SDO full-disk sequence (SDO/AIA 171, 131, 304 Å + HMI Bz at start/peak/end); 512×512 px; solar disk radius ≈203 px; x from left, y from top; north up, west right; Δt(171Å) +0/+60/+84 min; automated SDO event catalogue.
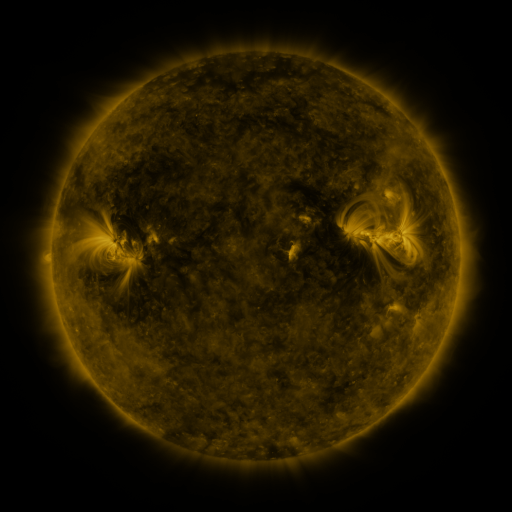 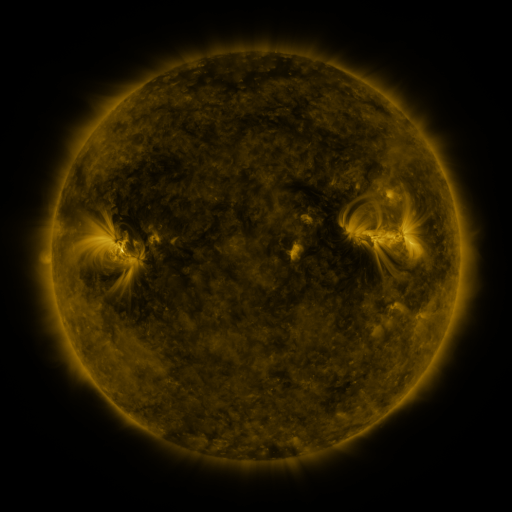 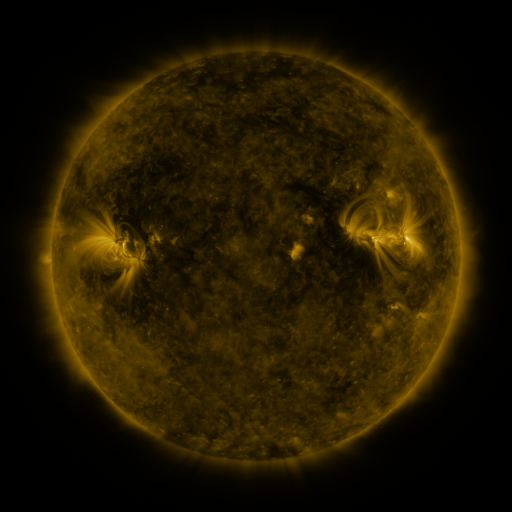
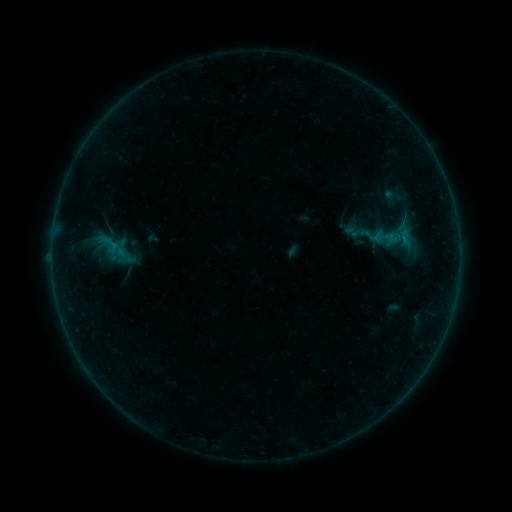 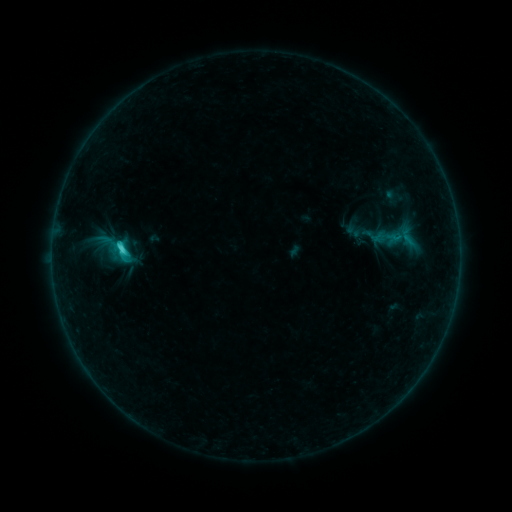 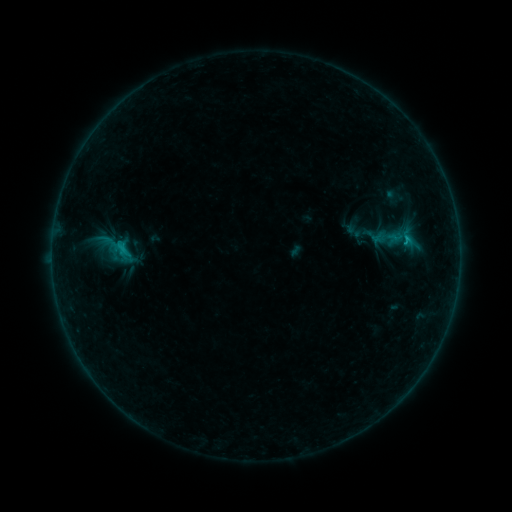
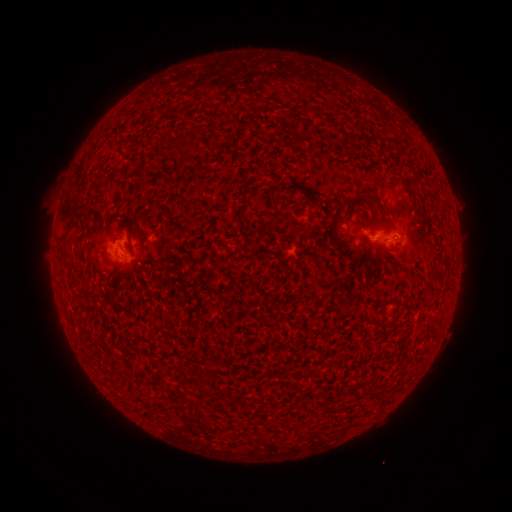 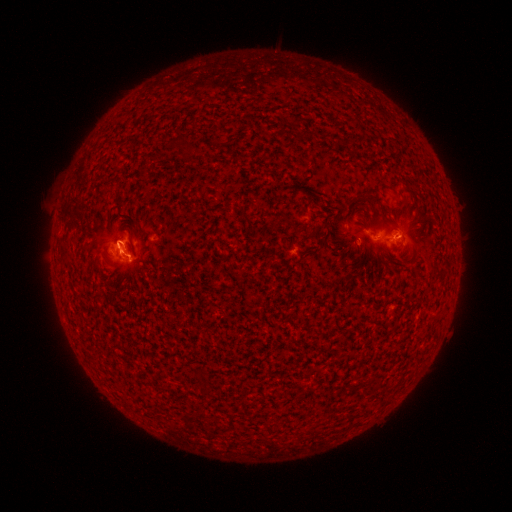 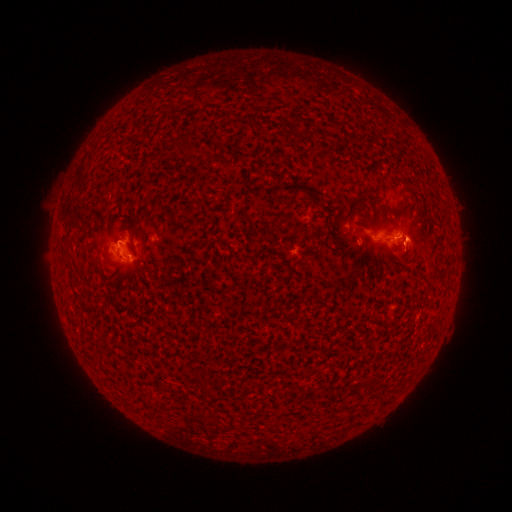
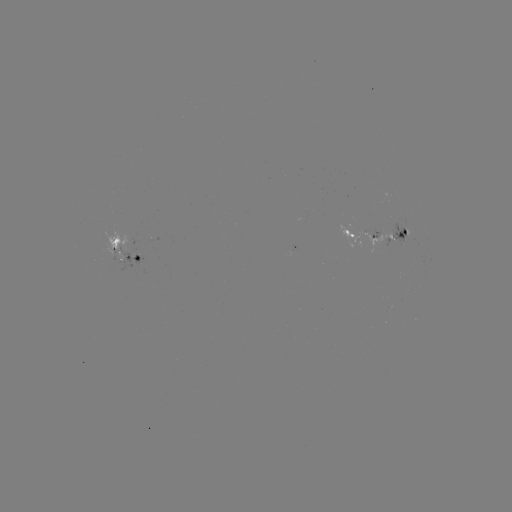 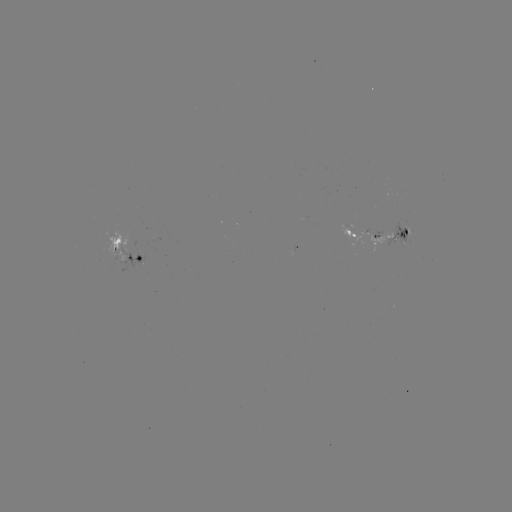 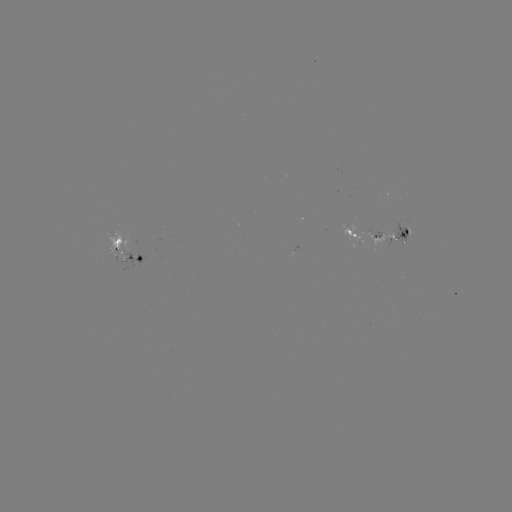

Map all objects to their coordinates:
emerging-flux region: (140, 261)
